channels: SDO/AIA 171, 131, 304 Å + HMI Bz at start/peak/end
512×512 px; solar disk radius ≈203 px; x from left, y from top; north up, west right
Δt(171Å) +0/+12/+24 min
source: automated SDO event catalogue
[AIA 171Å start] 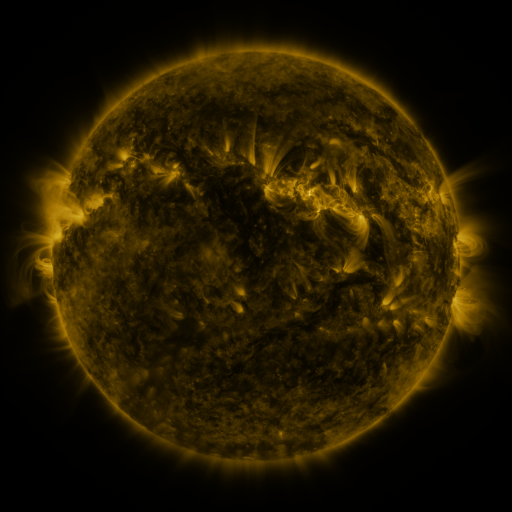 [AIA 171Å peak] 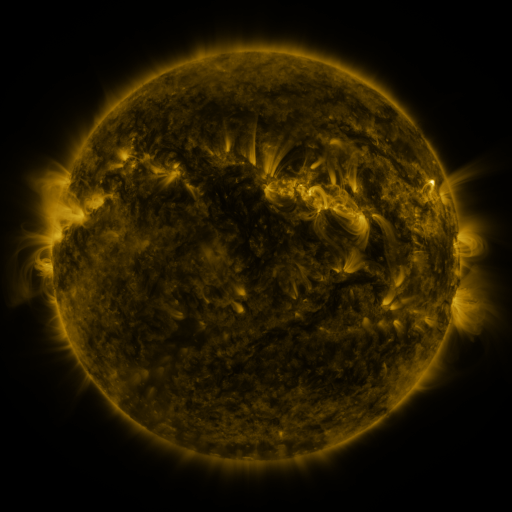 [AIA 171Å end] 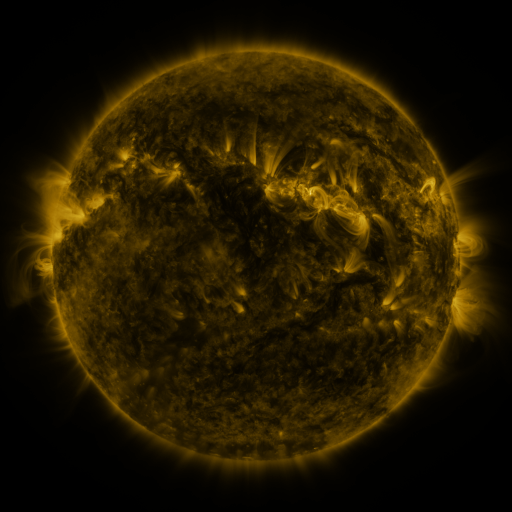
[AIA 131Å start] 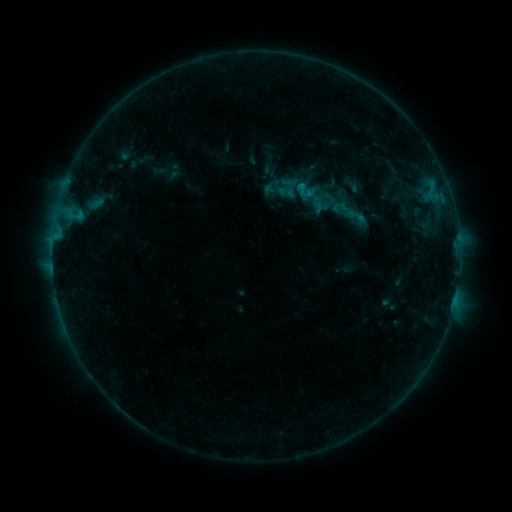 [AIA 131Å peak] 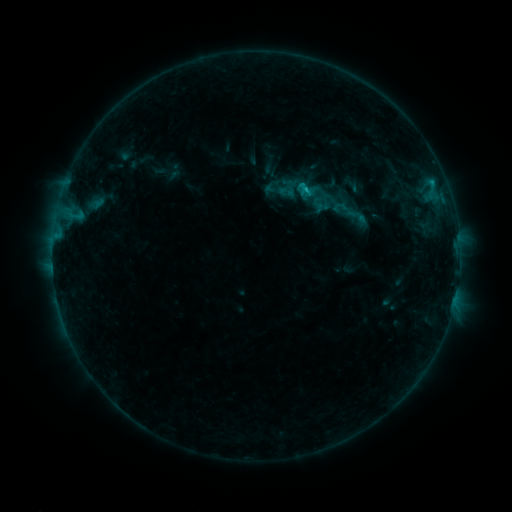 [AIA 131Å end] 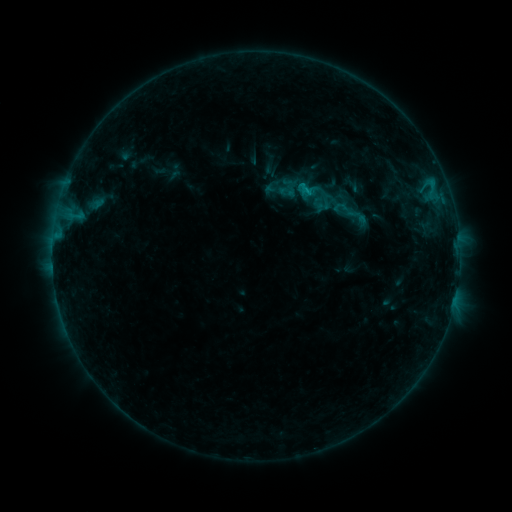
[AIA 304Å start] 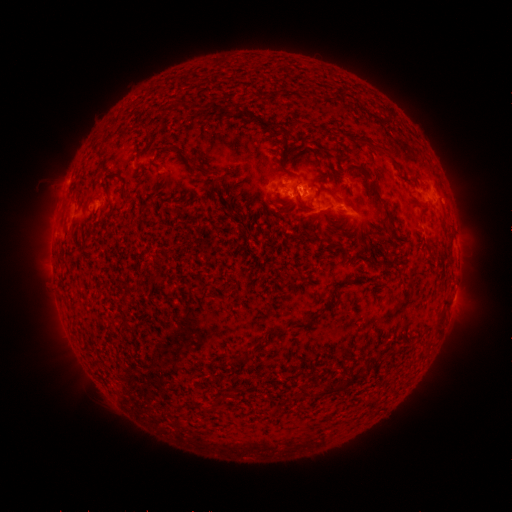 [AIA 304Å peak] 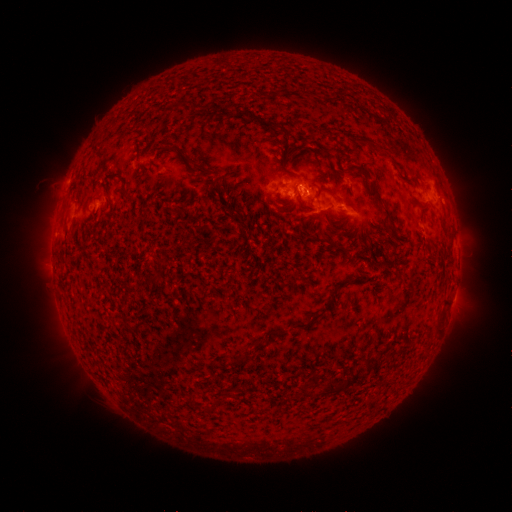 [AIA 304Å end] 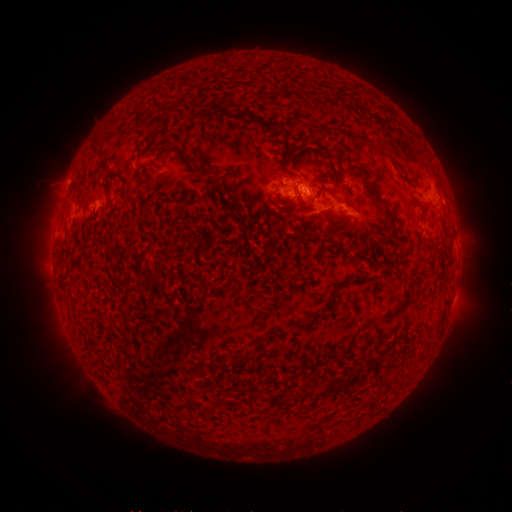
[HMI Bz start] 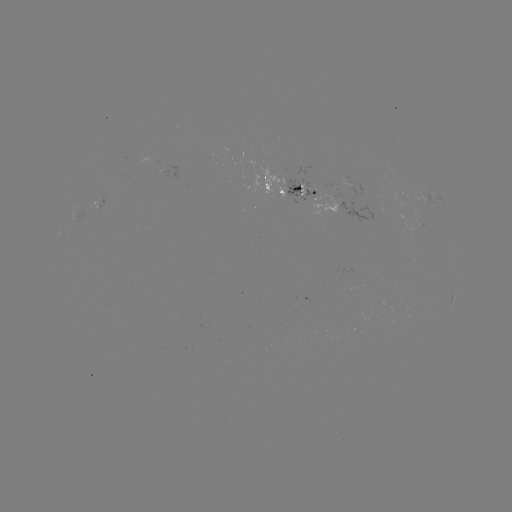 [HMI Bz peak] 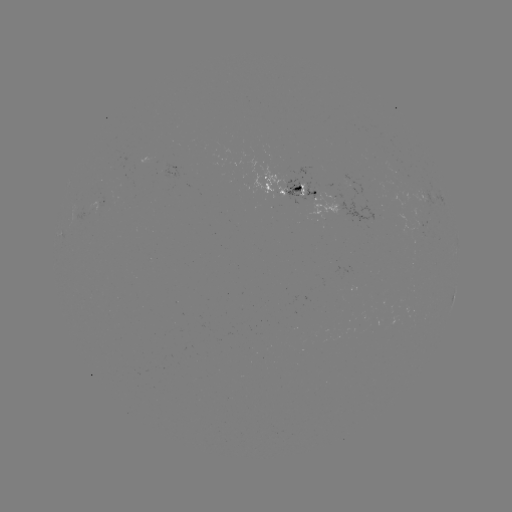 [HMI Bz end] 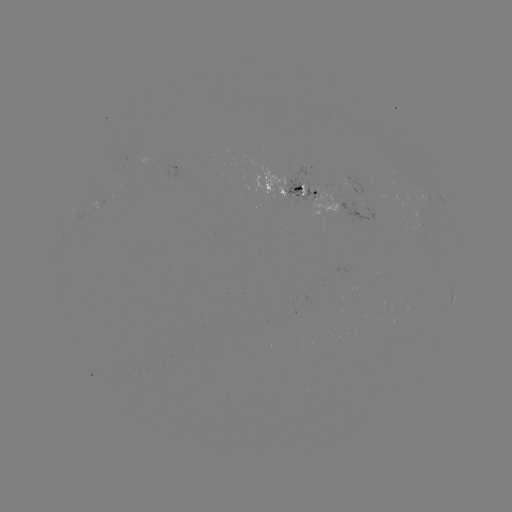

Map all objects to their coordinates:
B8.3 flare: (304, 191)
